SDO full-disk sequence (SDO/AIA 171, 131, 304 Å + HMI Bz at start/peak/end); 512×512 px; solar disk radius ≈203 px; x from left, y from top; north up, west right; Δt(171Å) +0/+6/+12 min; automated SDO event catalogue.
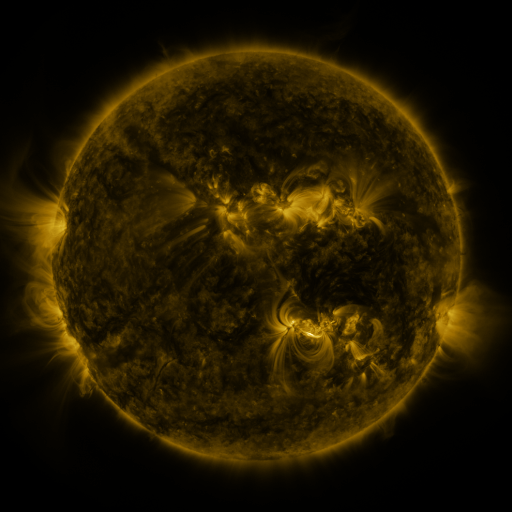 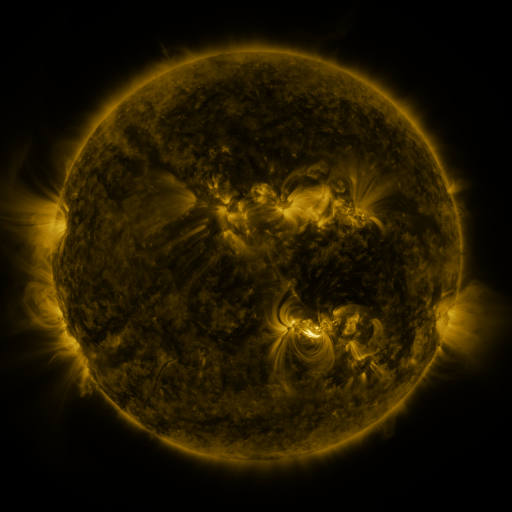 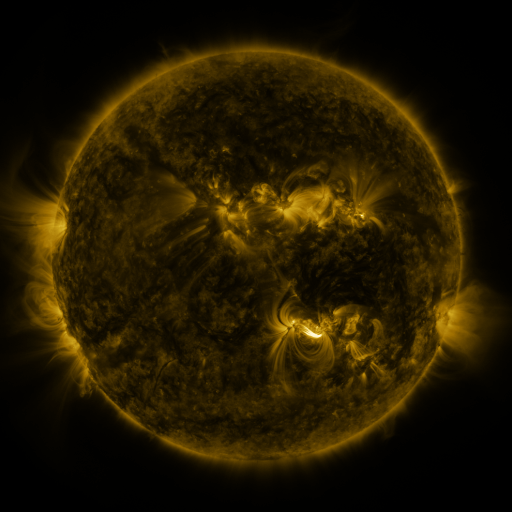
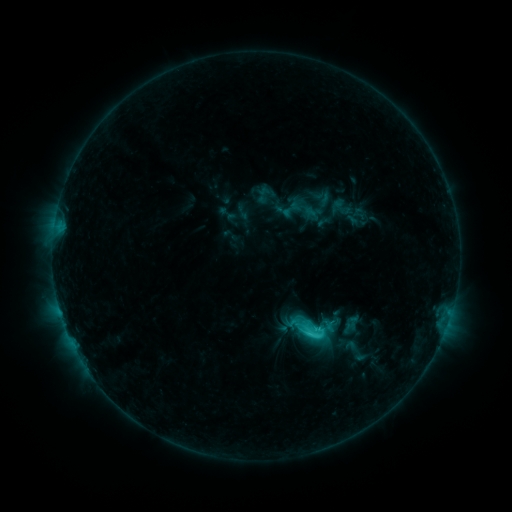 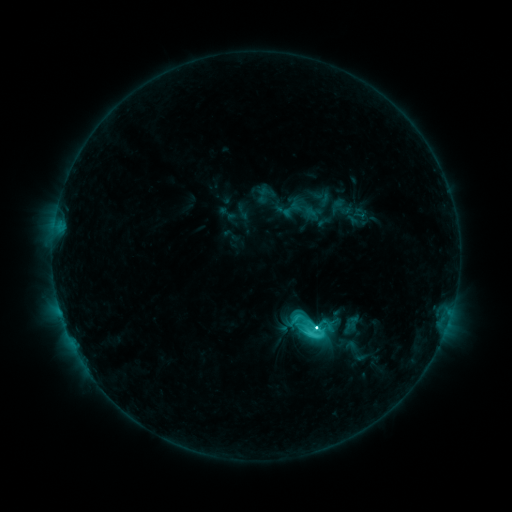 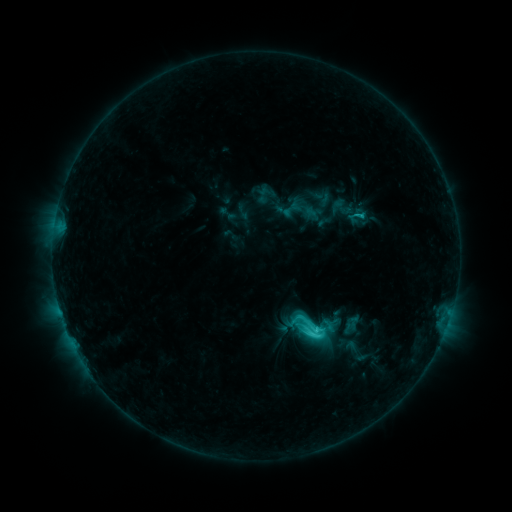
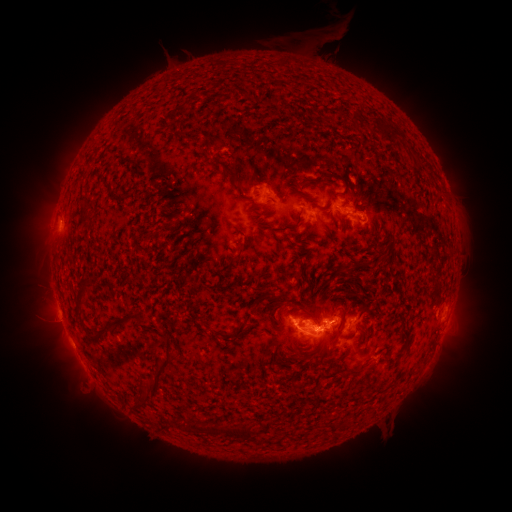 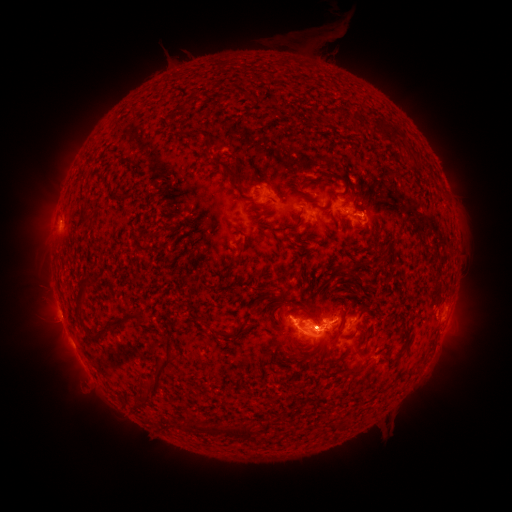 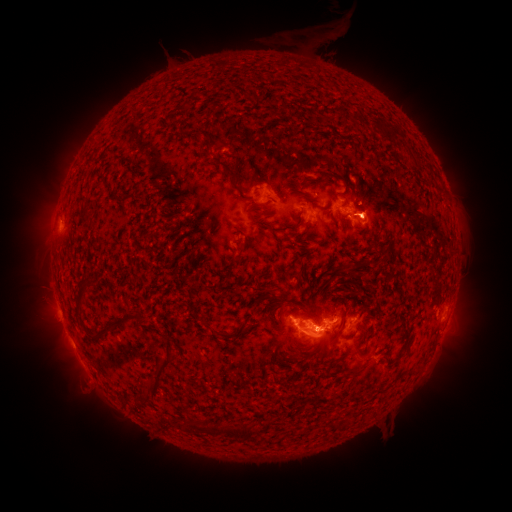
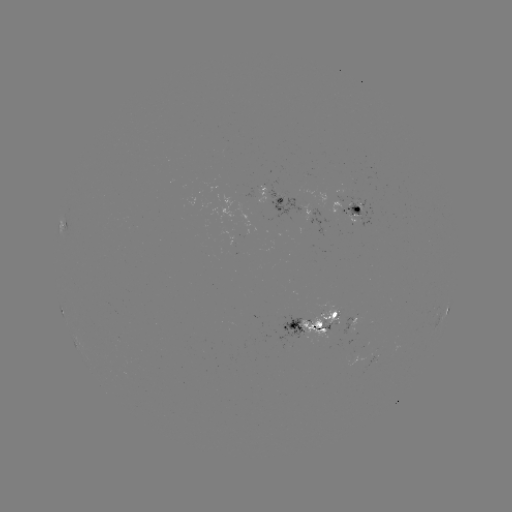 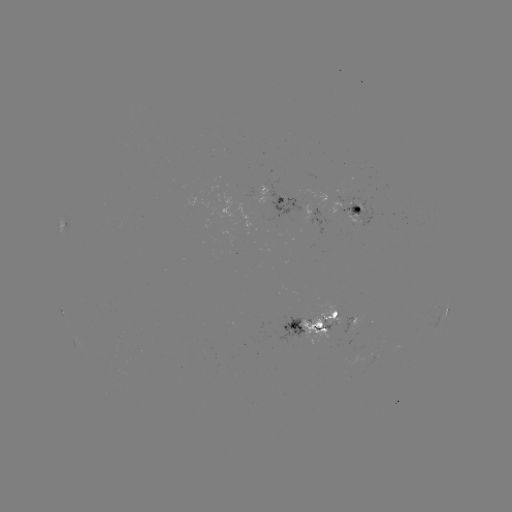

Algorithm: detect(C5.8 flare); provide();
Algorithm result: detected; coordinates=(313, 326)